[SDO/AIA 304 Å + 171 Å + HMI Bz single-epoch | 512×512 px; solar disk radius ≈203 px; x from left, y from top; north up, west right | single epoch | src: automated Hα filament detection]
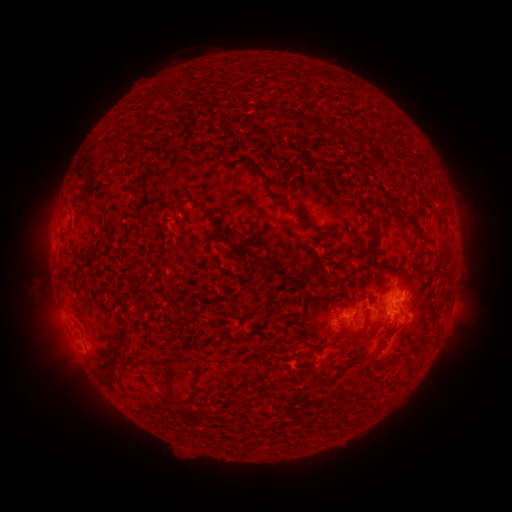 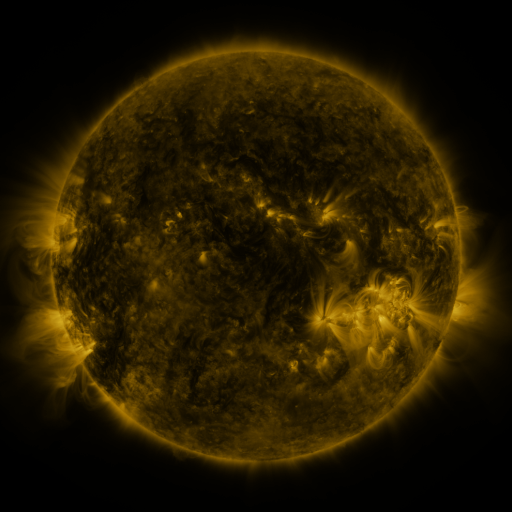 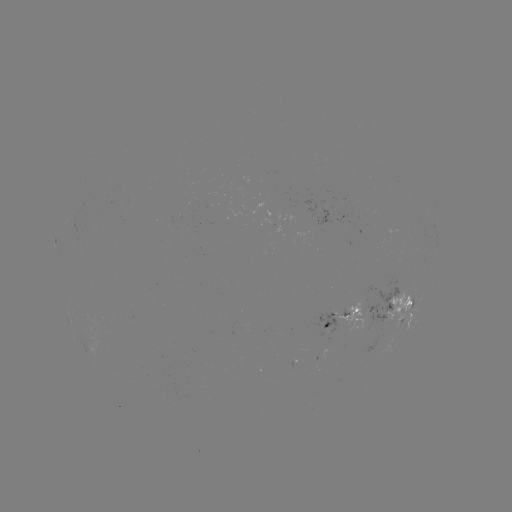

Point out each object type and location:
filament: (289, 110, 310, 125)
filament: (318, 122, 332, 134)
filament: (392, 201, 404, 218)
filament: (294, 209, 313, 224)
filament: (209, 213, 229, 242)
filament: (405, 214, 424, 239)
filament: (367, 222, 378, 240)
filament: (373, 263, 394, 272)
filament: (328, 300, 339, 316)
filament: (403, 300, 413, 308)
filament: (358, 310, 370, 335)
filament: (337, 323, 347, 329)
filament: (114, 339, 127, 349)
filament: (402, 351, 410, 362)
